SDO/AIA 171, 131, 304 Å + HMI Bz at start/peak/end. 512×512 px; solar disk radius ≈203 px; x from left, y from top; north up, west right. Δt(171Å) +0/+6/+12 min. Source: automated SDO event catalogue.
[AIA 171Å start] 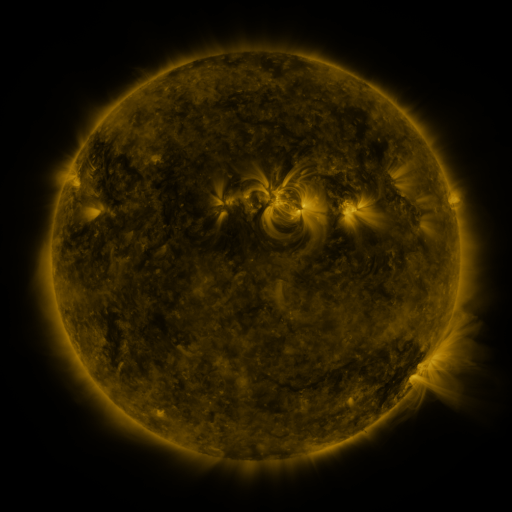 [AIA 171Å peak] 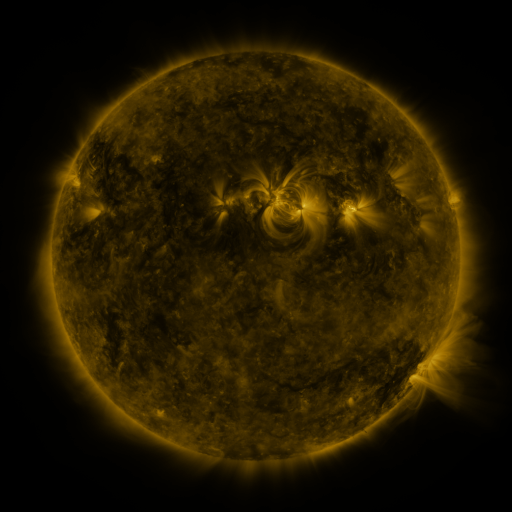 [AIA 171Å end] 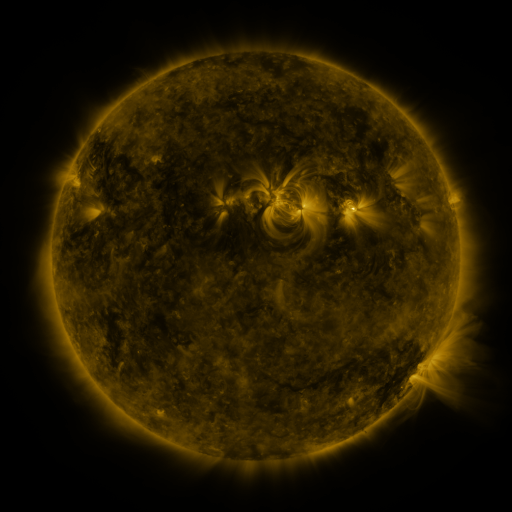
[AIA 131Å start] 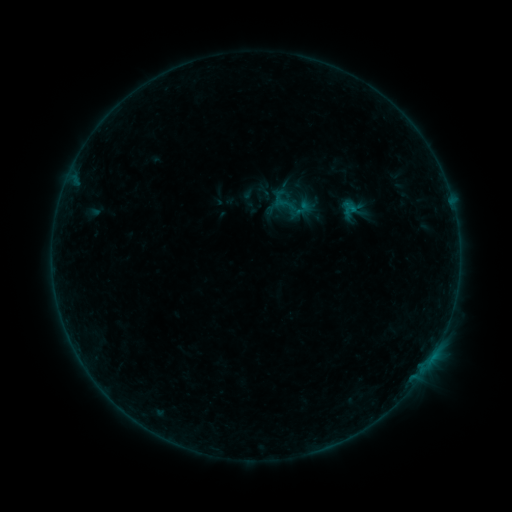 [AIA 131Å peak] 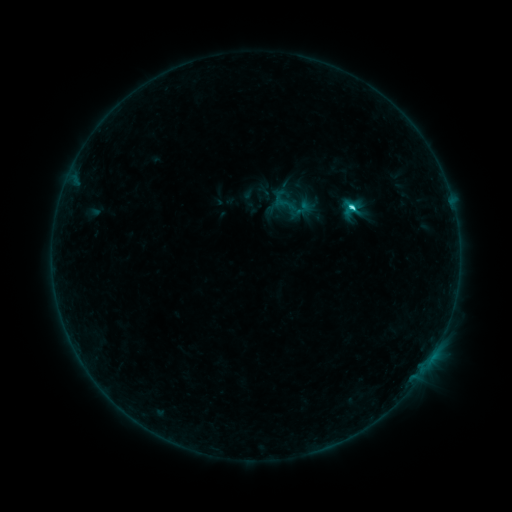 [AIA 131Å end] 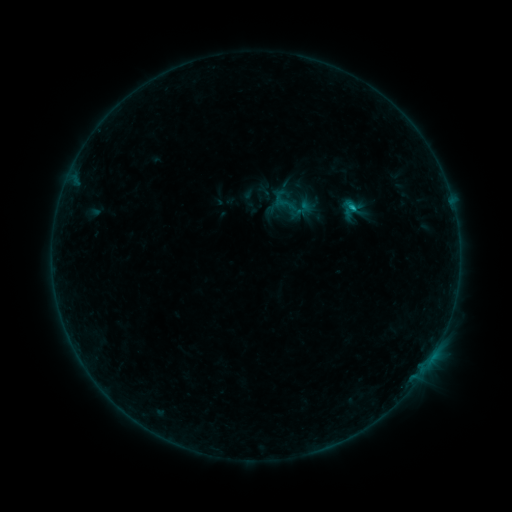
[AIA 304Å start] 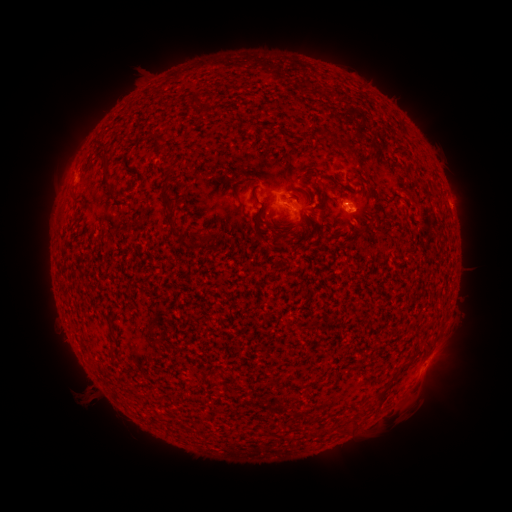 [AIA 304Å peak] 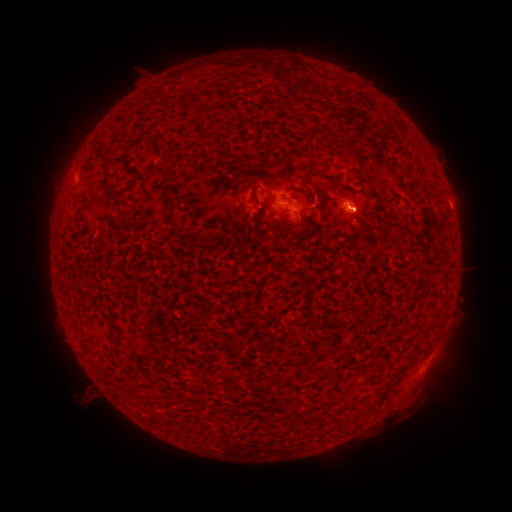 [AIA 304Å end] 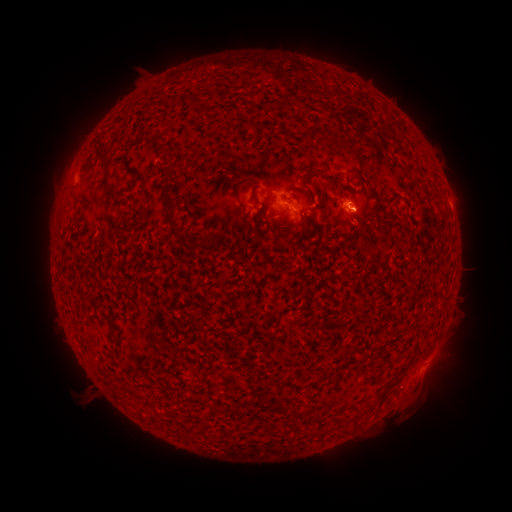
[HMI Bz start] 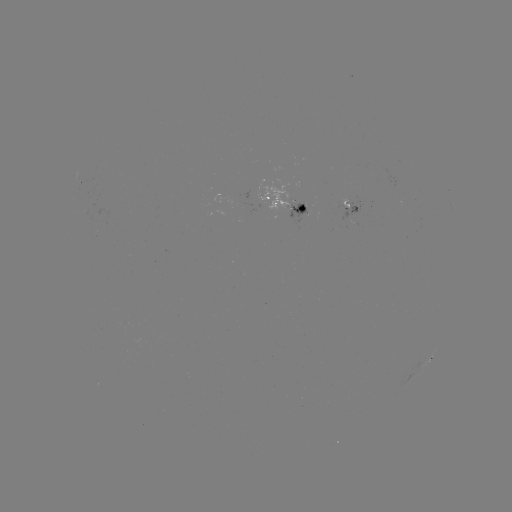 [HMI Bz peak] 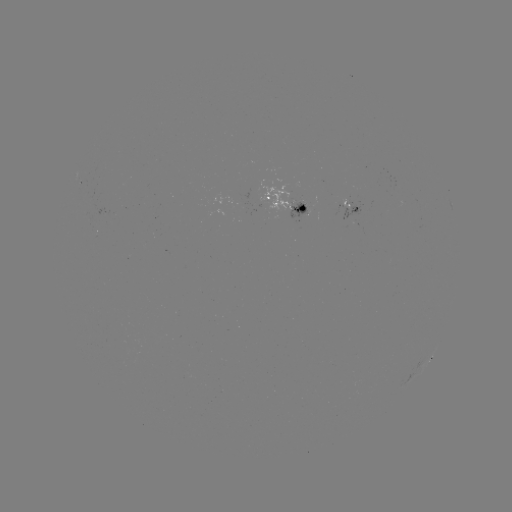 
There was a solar flare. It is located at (352, 209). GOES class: C2.0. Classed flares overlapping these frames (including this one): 1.